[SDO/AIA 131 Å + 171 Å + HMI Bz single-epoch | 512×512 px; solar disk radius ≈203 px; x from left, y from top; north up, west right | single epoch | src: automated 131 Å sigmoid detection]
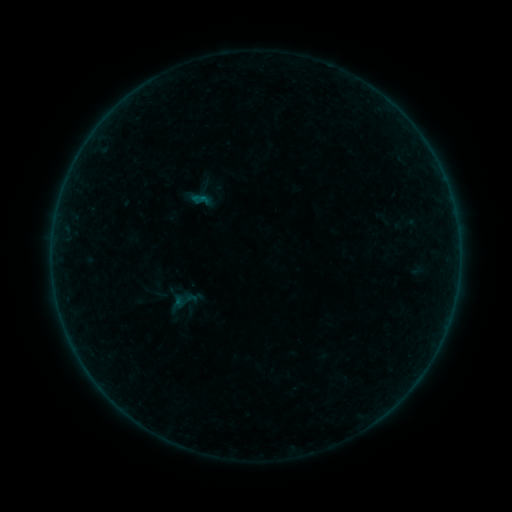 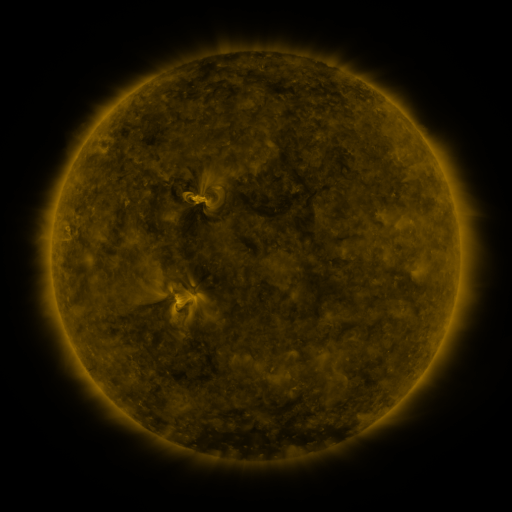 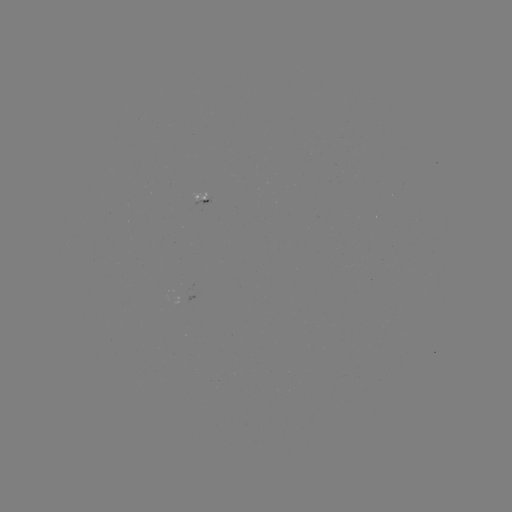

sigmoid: [191, 190, 208, 207]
